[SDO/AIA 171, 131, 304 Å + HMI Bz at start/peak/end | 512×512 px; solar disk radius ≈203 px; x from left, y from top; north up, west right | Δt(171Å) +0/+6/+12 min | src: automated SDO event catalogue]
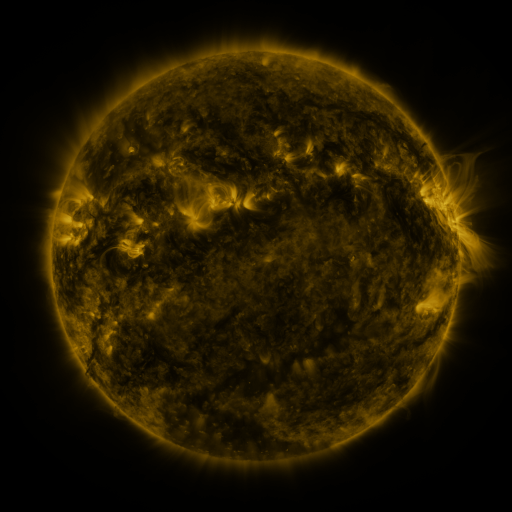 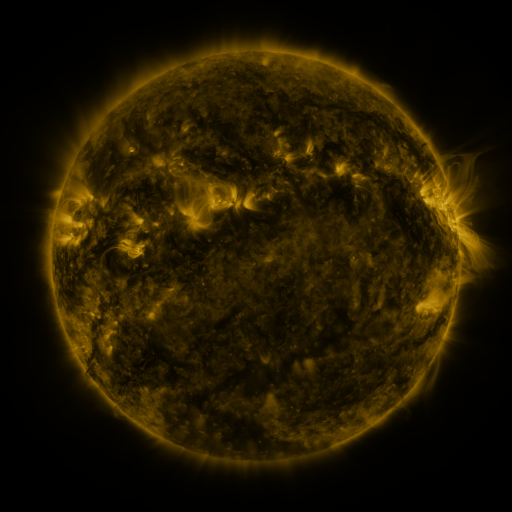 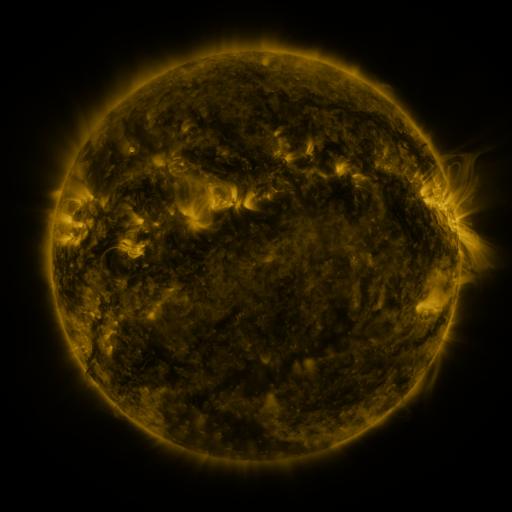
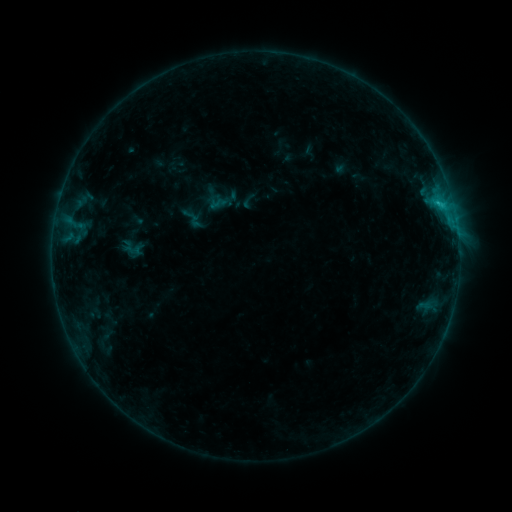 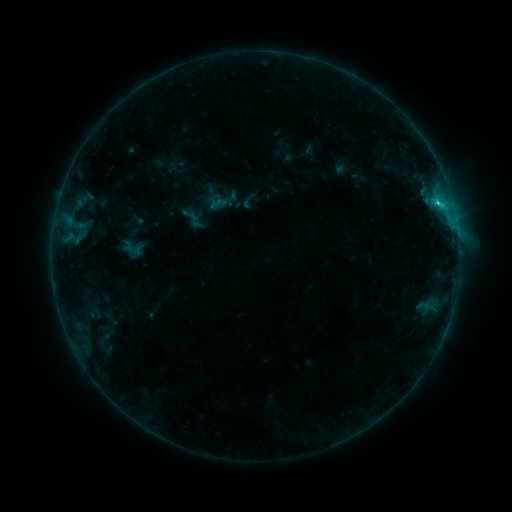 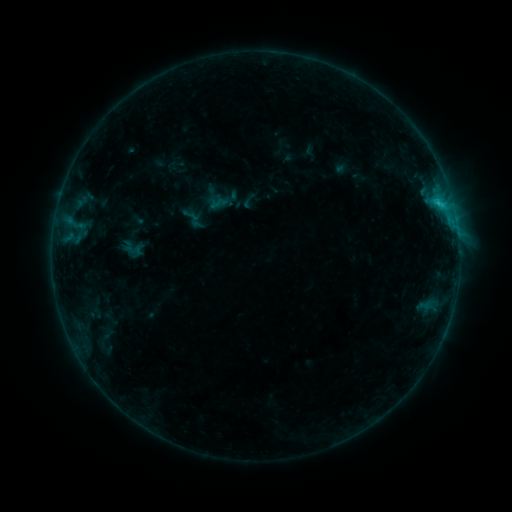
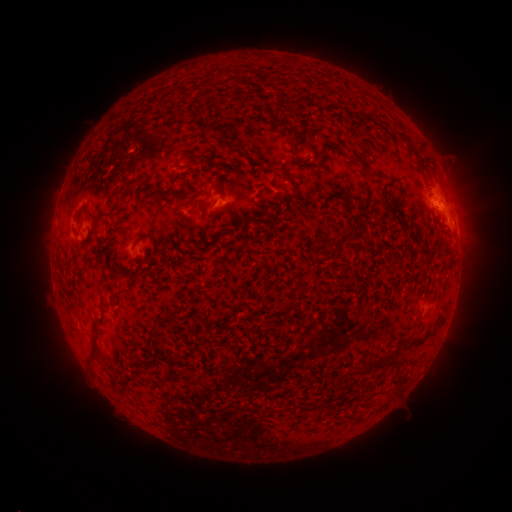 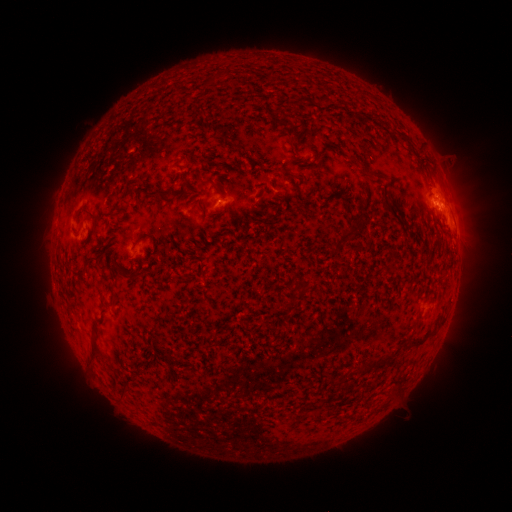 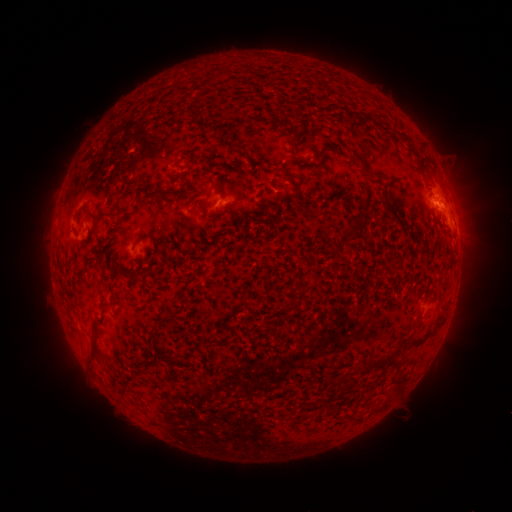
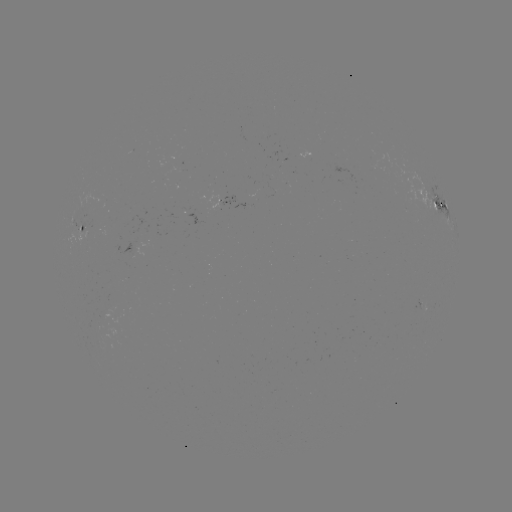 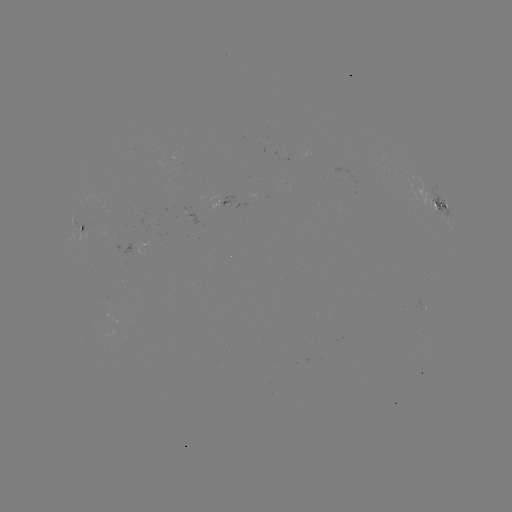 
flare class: C1.1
